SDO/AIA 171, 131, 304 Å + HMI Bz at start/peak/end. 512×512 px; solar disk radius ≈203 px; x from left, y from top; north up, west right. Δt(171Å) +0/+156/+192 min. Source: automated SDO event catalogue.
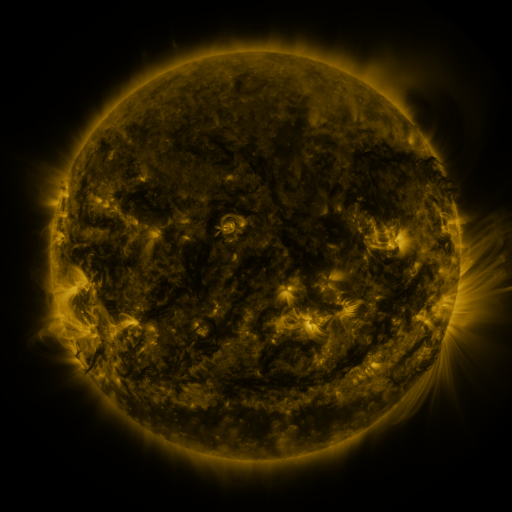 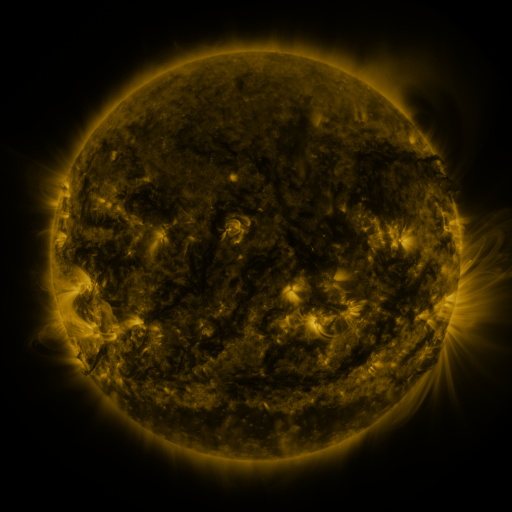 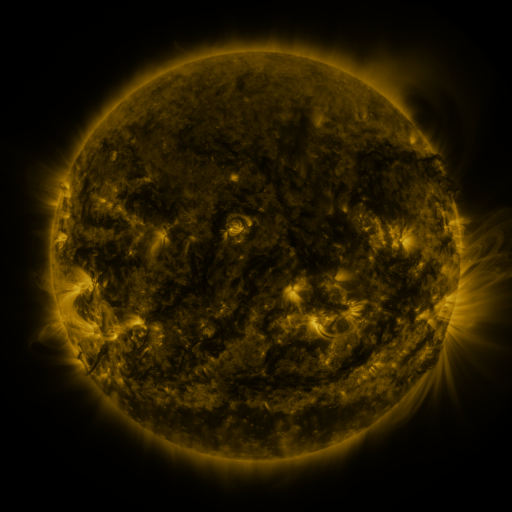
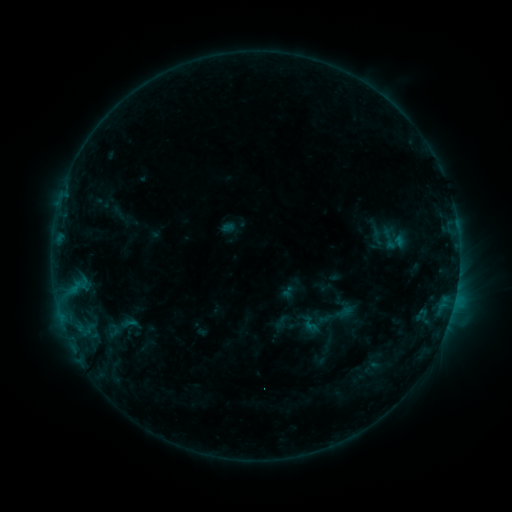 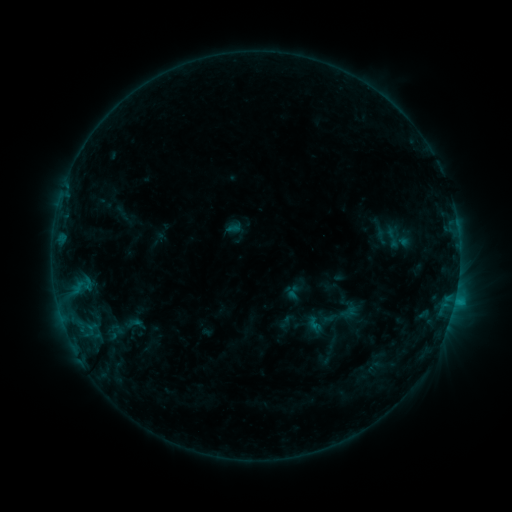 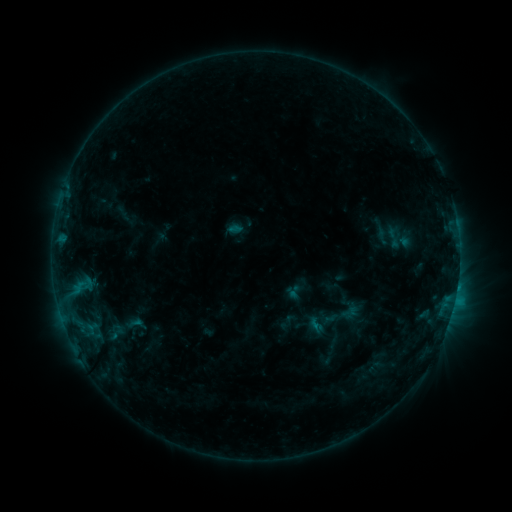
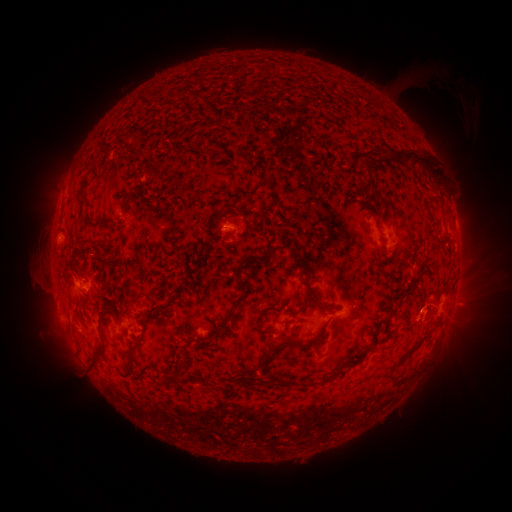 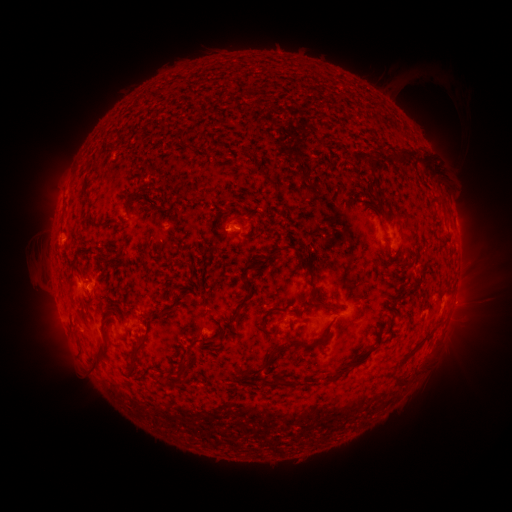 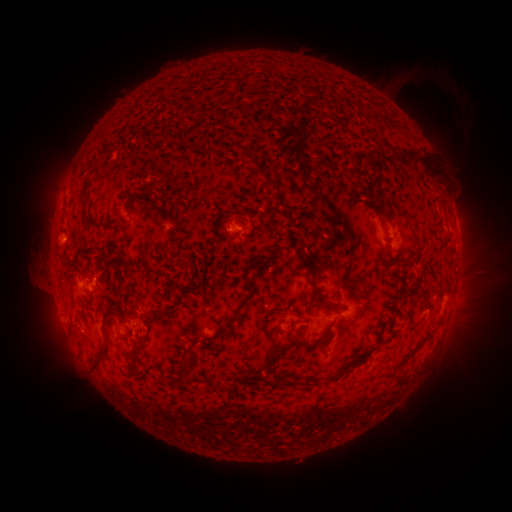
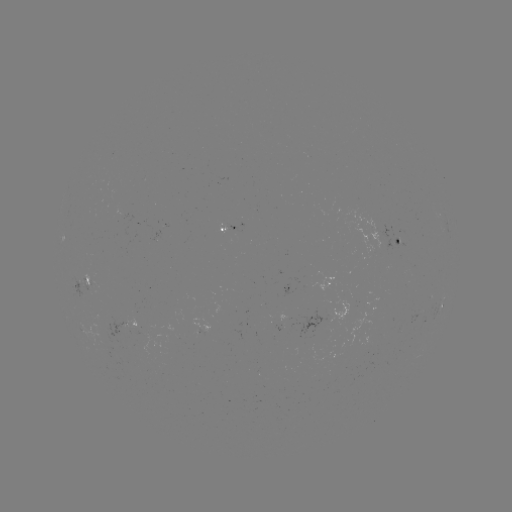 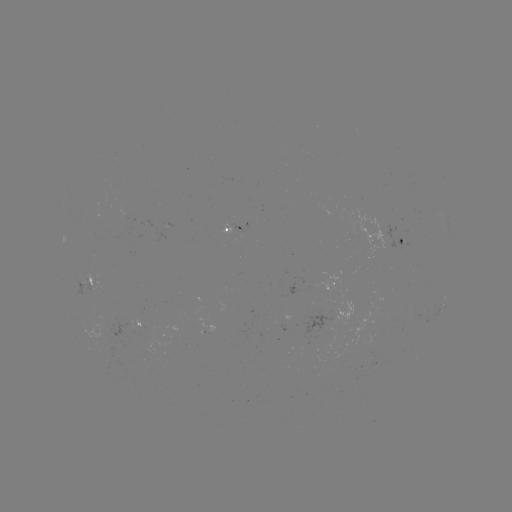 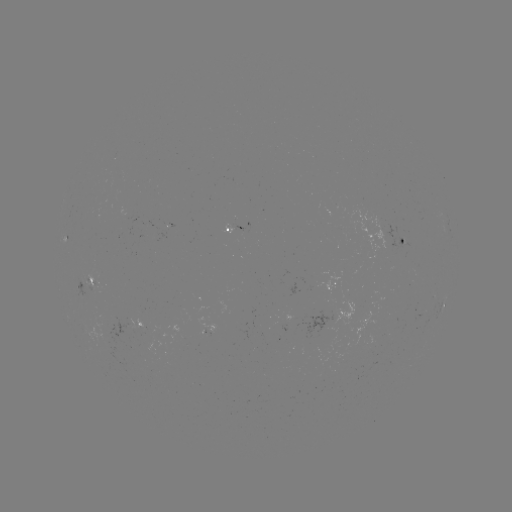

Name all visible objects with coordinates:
emerging-flux region: (239, 232)
